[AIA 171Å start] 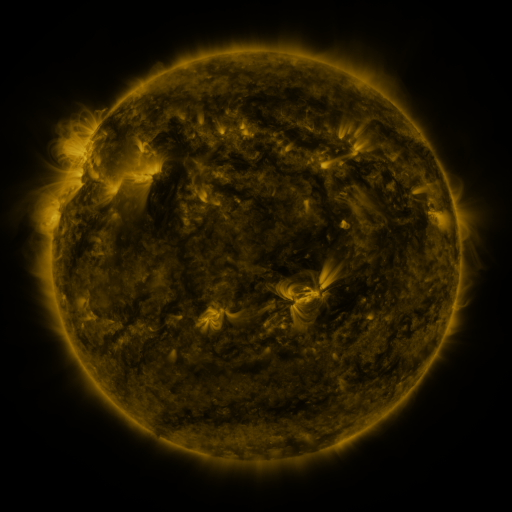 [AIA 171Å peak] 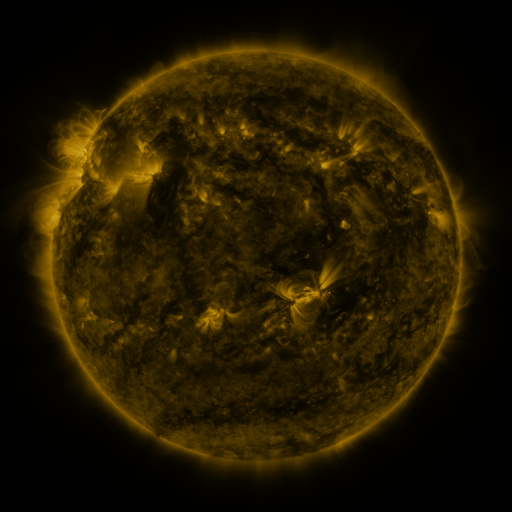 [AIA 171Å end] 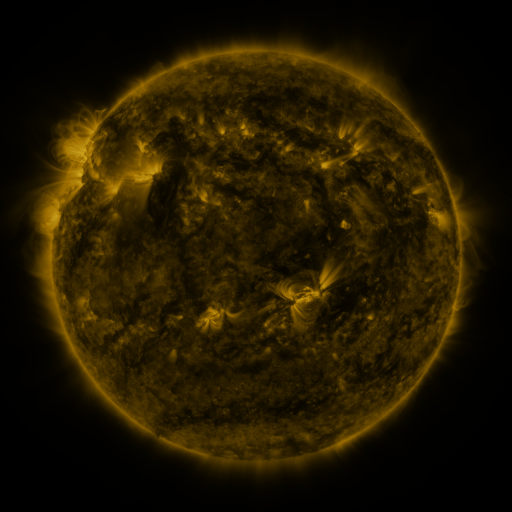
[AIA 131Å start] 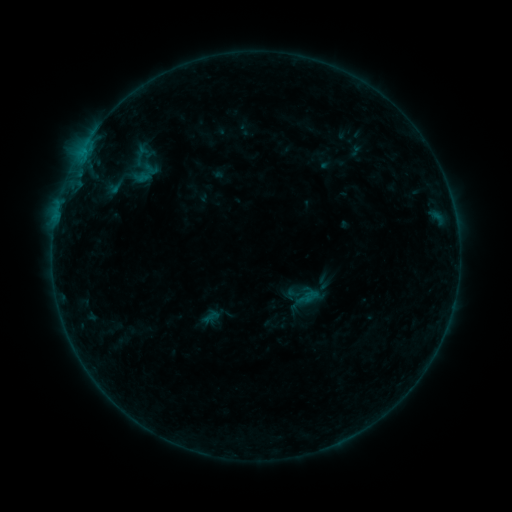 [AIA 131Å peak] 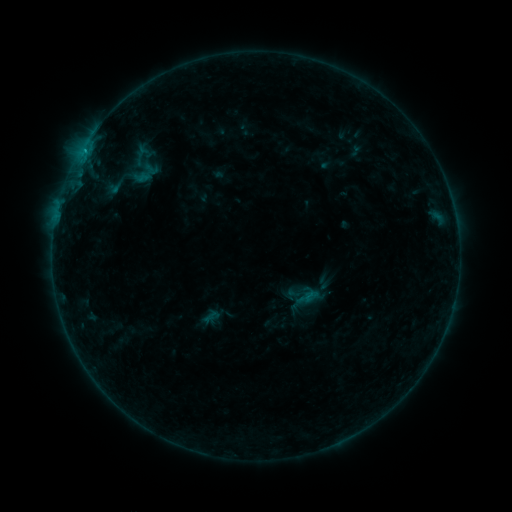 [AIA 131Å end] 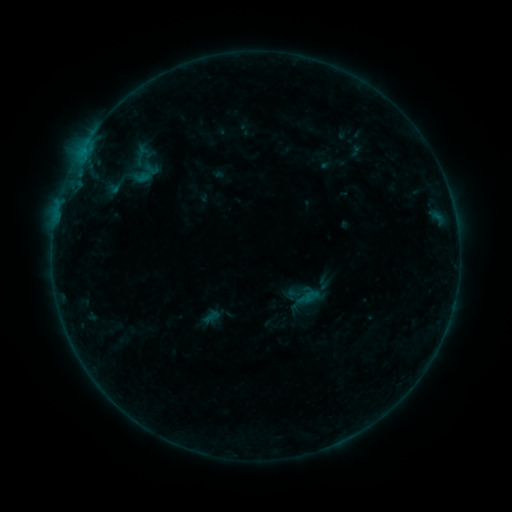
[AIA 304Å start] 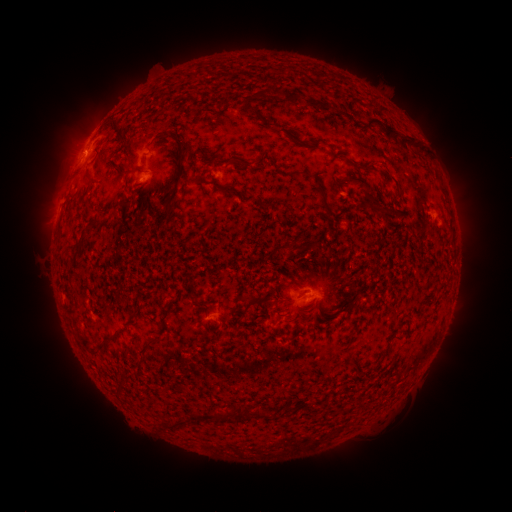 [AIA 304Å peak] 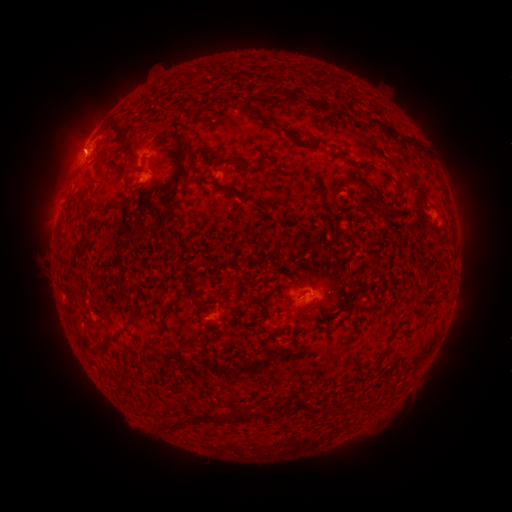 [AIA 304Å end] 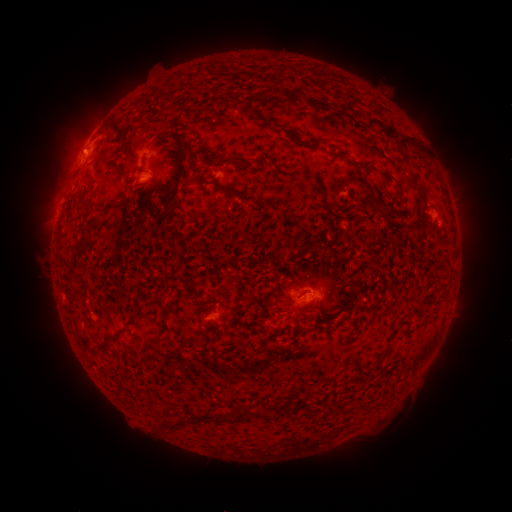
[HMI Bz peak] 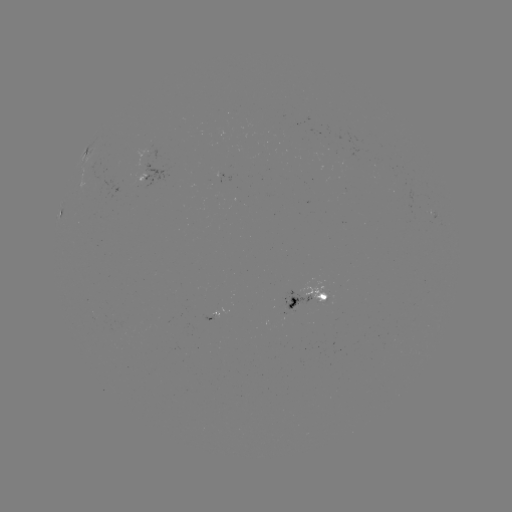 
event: flare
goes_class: B4.5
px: (85, 152)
